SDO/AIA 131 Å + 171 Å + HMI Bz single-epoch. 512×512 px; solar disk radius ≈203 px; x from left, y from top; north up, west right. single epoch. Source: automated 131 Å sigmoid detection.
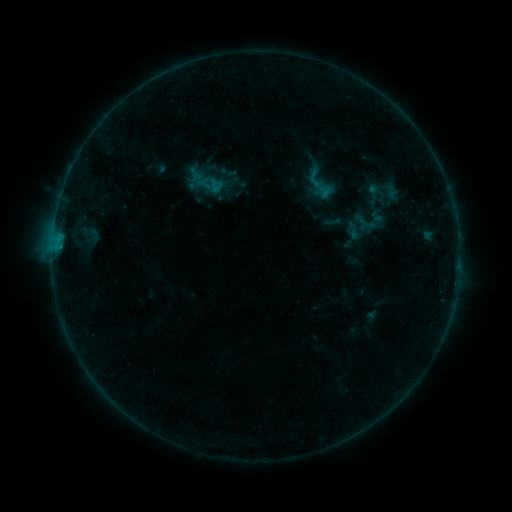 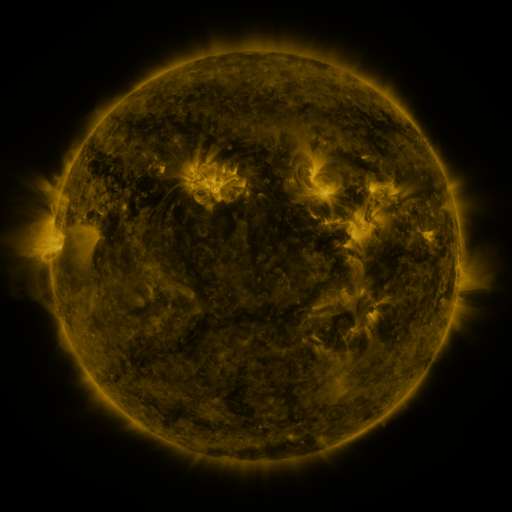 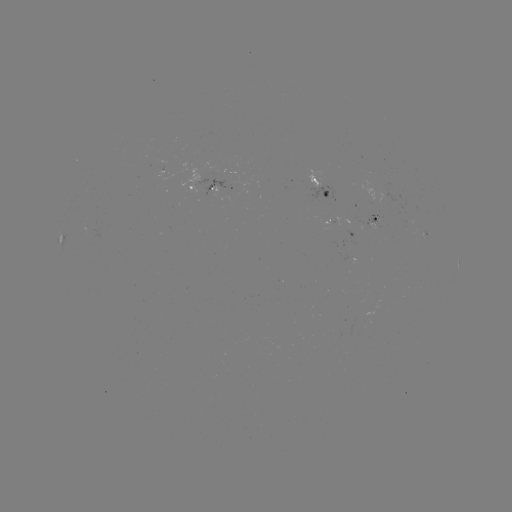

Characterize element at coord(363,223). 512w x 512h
sigmoid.